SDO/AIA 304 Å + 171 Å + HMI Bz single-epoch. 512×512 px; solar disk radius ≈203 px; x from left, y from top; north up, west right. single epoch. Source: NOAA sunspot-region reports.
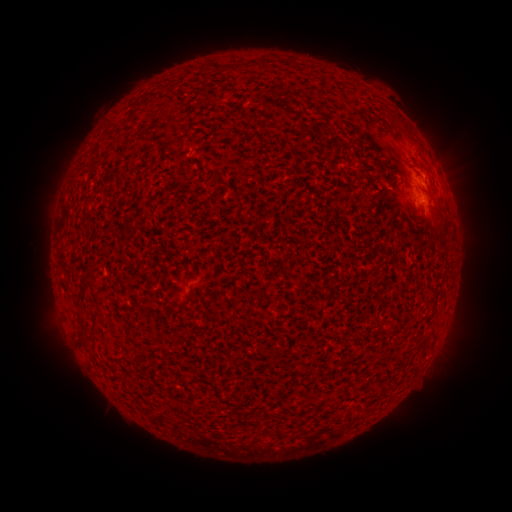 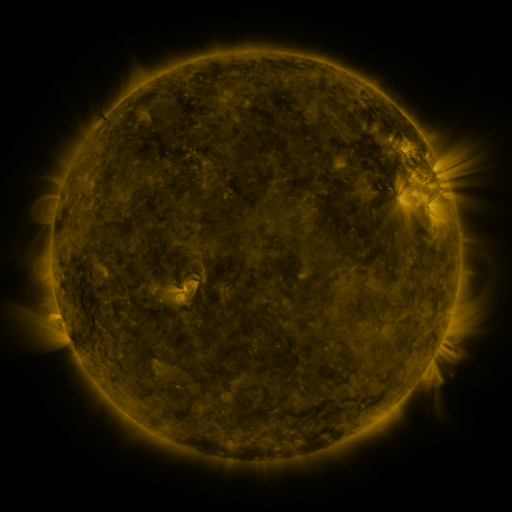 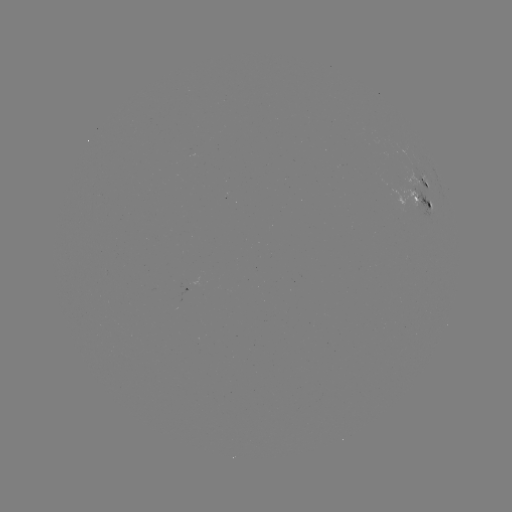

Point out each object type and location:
spotted active region: (423, 184)
spotted active region: (421, 203)
